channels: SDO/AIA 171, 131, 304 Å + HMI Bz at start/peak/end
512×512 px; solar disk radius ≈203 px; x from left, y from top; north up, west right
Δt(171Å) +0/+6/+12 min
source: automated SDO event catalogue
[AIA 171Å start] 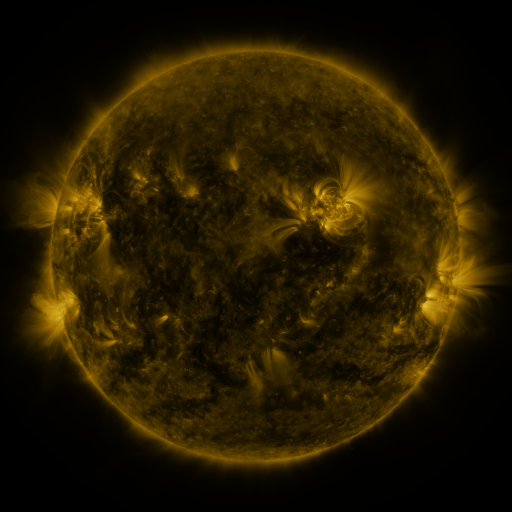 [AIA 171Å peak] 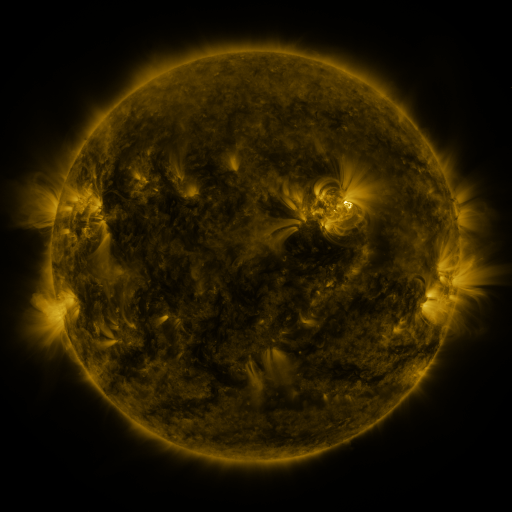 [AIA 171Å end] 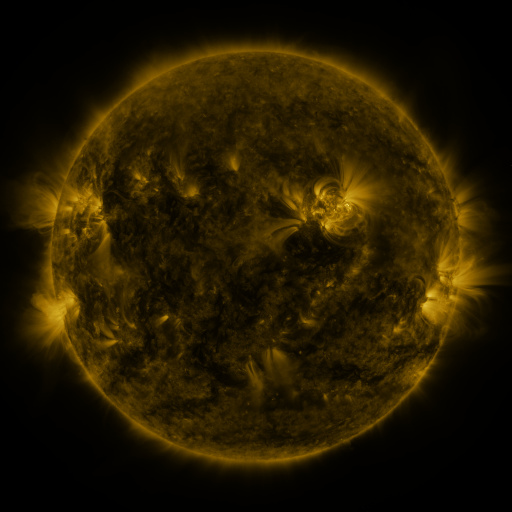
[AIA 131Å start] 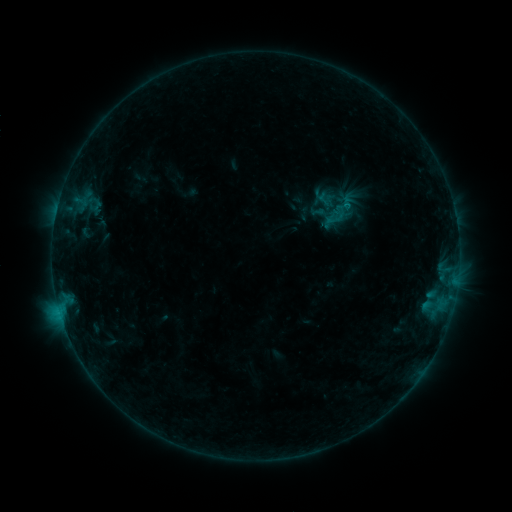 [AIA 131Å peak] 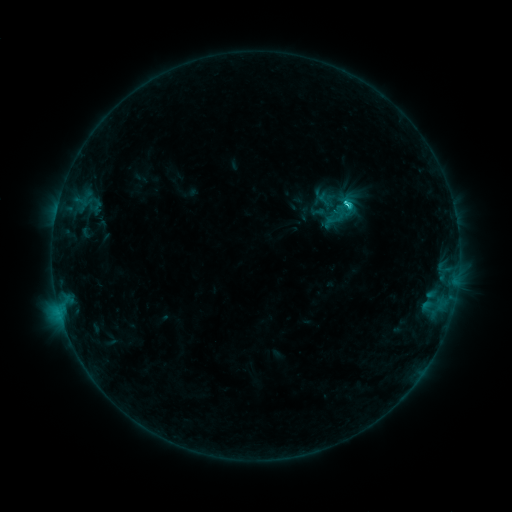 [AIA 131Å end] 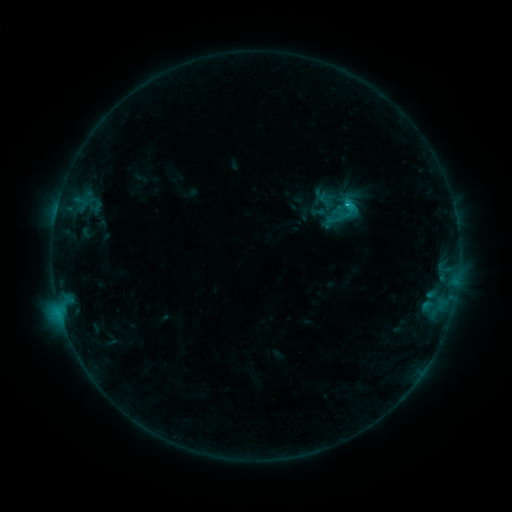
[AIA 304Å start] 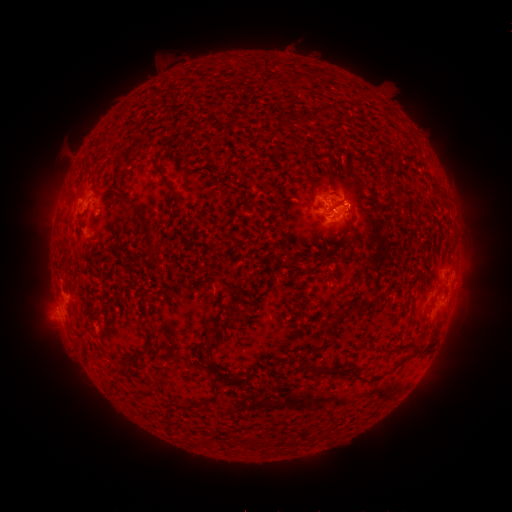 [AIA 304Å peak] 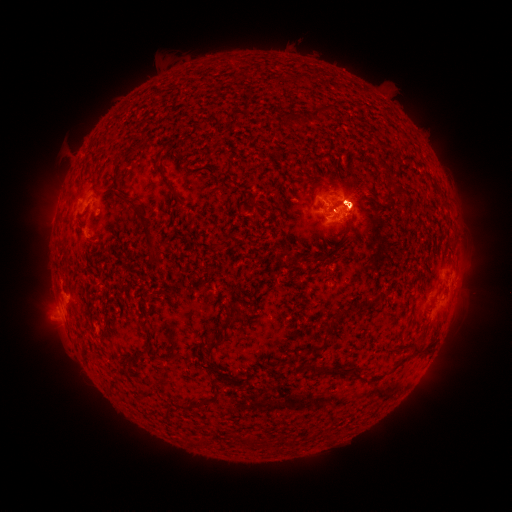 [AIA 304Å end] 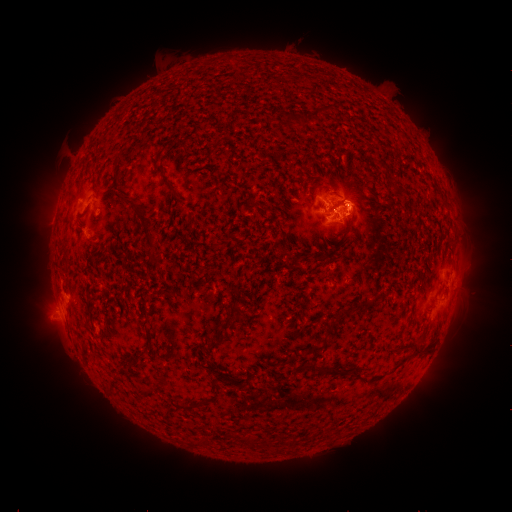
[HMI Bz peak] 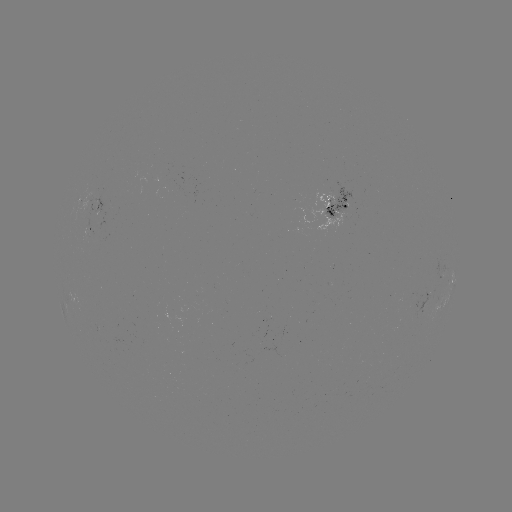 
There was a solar flare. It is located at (343, 206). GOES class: C1.6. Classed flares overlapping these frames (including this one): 1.